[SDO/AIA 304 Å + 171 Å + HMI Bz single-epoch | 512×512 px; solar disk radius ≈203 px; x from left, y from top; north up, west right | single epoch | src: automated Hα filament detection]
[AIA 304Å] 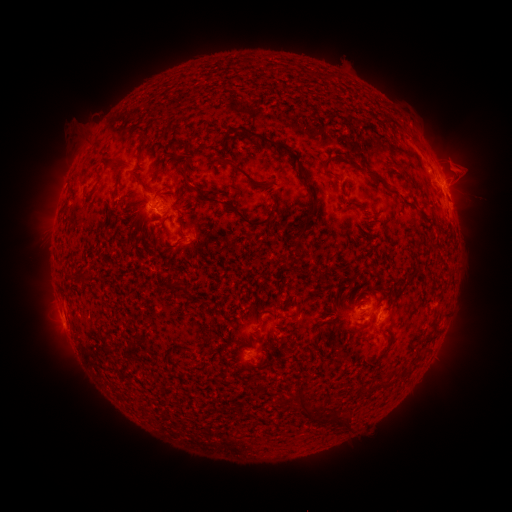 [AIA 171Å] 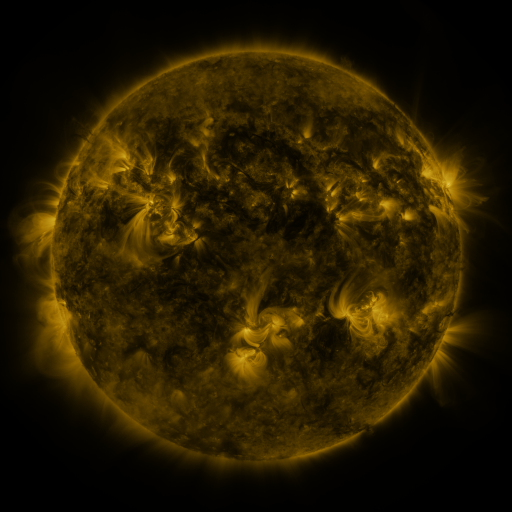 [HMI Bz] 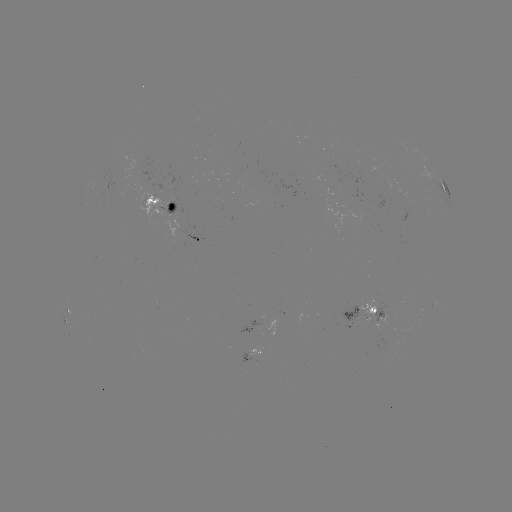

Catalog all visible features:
filament: (347, 115, 356, 125)
filament: (388, 116, 397, 125)
filament: (362, 118, 373, 130)
filament: (245, 130, 319, 206)
filament: (407, 133, 418, 144)
filament: (350, 135, 374, 156)
filament: (170, 140, 187, 149)
filament: (139, 142, 147, 163)
filament: (109, 160, 122, 171)
filament: (228, 161, 265, 192)
filament: (320, 161, 336, 178)
filament: (178, 162, 191, 188)
filament: (362, 166, 386, 187)
filament: (130, 170, 145, 185)
filament: (395, 178, 407, 188)
filament: (82, 184, 98, 200)
filament: (194, 185, 276, 227)
filament: (294, 209, 316, 244)
filament: (169, 282, 179, 290)
filament: (179, 282, 190, 297)
filament: (376, 351, 386, 360)
filament: (378, 380, 389, 389)
filament: (296, 393, 309, 415)
filament: (341, 412, 353, 431)
